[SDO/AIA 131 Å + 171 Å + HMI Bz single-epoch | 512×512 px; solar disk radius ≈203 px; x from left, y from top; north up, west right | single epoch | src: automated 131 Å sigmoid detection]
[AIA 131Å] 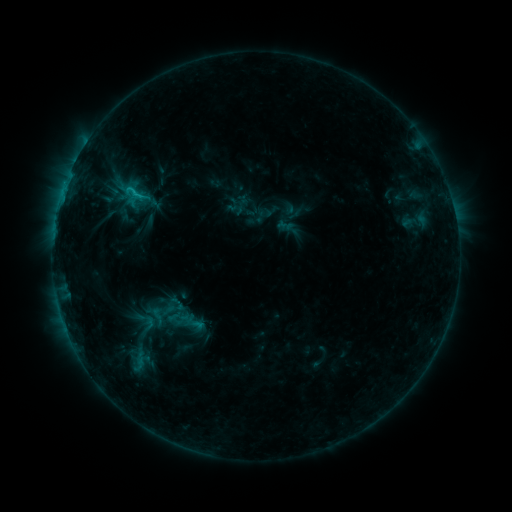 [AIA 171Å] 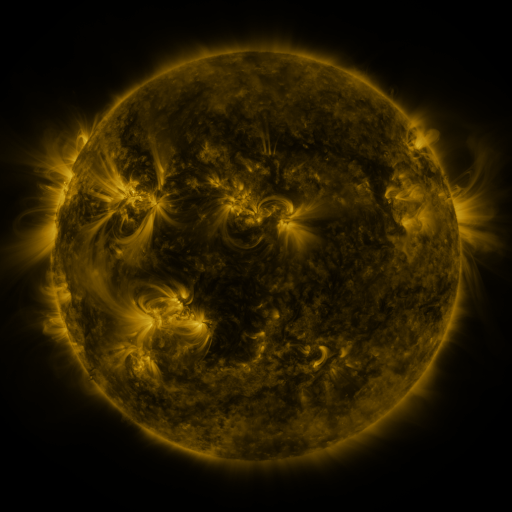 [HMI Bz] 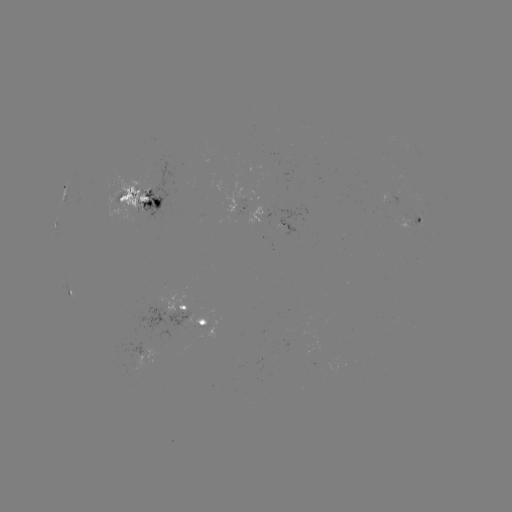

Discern sigmoid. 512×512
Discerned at [134, 192].